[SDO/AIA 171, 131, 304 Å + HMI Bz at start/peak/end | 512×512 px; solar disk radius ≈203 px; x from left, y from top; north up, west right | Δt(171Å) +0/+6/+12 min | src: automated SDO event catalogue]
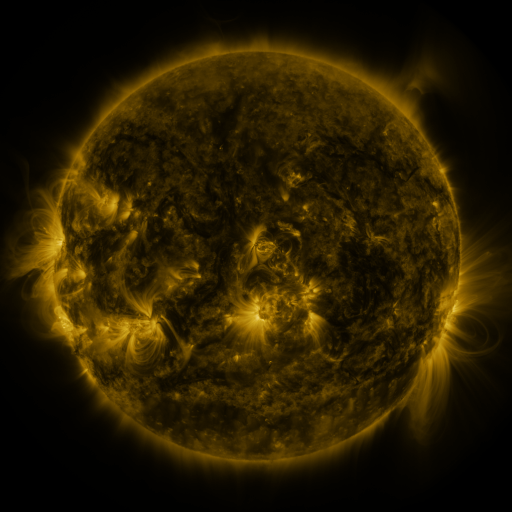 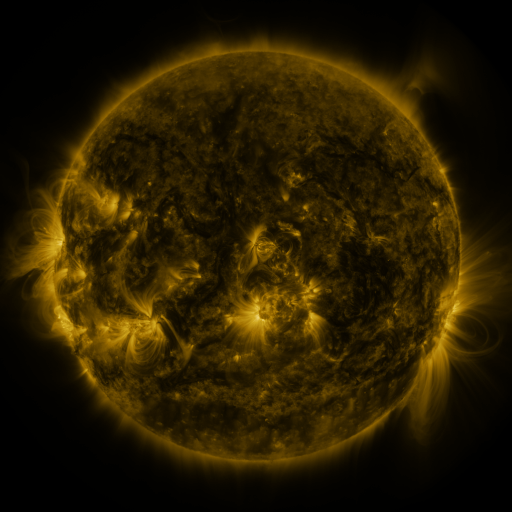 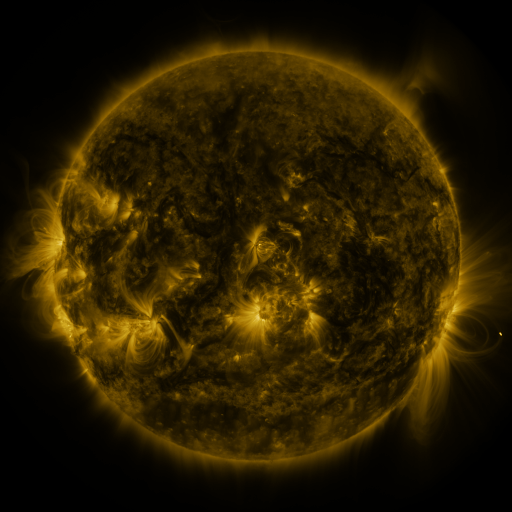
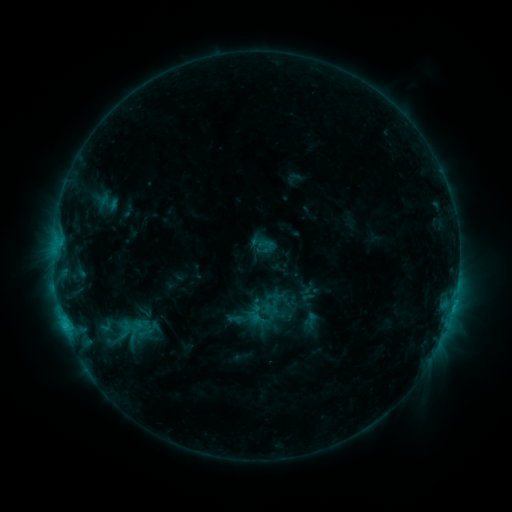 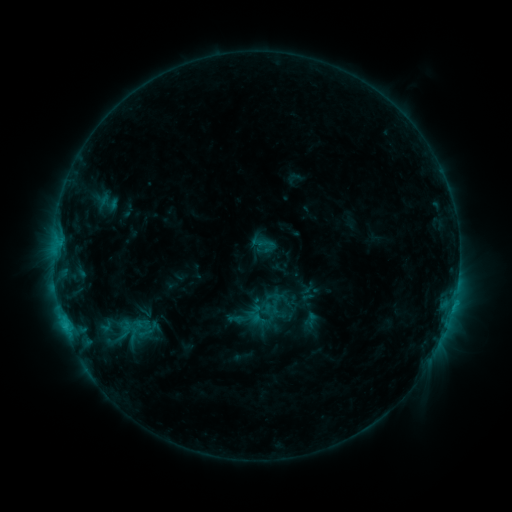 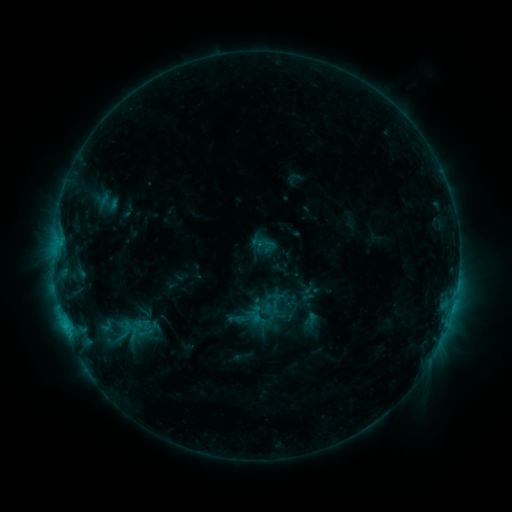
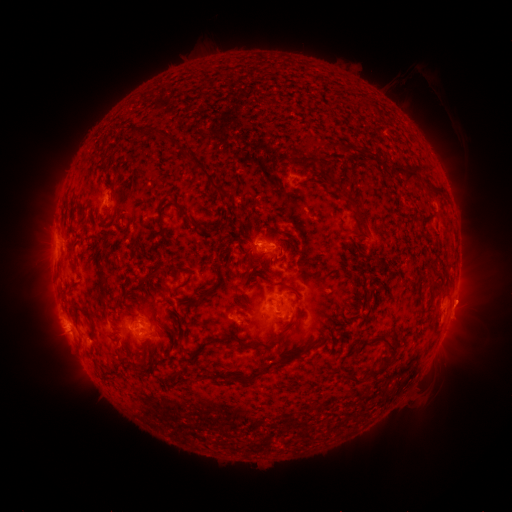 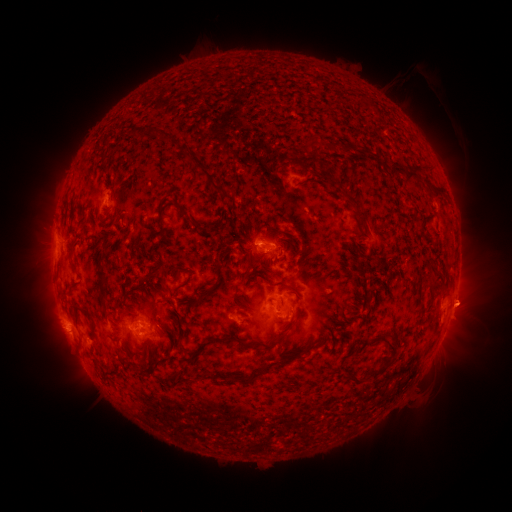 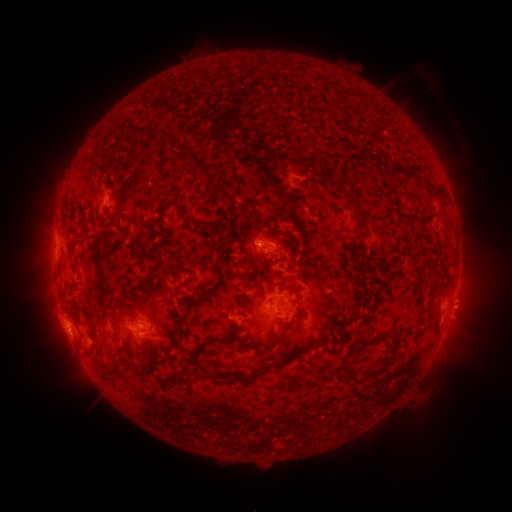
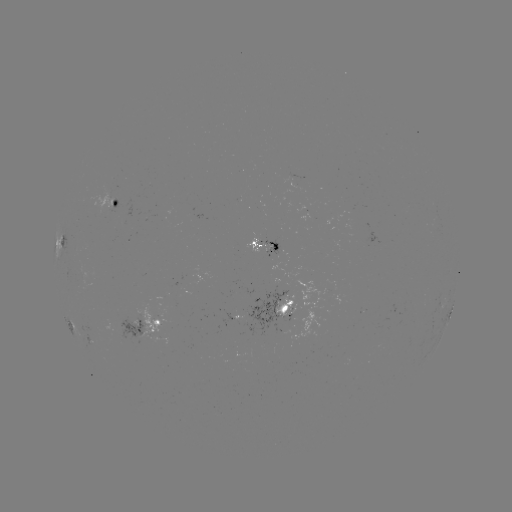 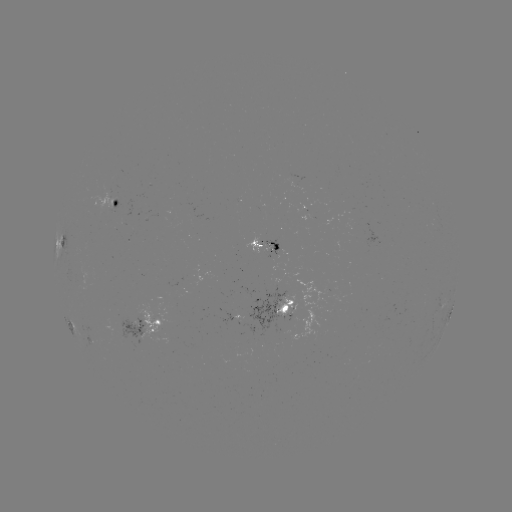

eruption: [442, 277, 496, 329]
